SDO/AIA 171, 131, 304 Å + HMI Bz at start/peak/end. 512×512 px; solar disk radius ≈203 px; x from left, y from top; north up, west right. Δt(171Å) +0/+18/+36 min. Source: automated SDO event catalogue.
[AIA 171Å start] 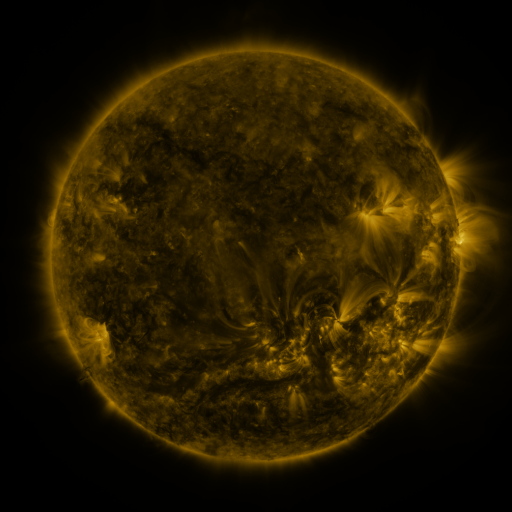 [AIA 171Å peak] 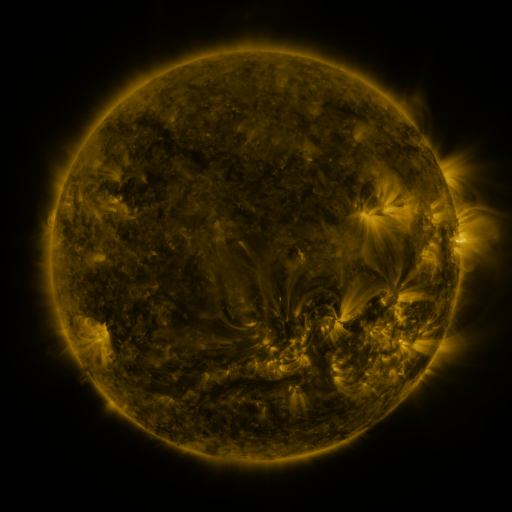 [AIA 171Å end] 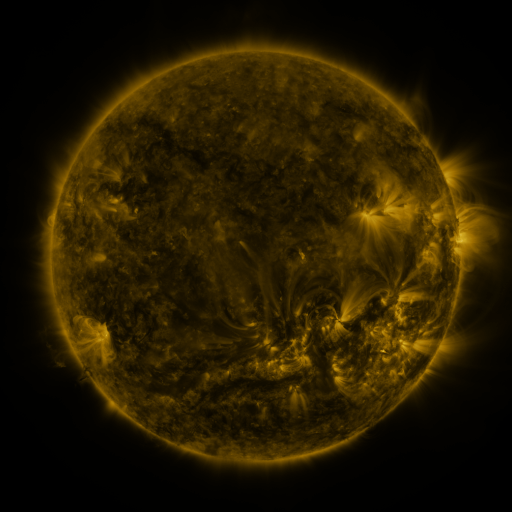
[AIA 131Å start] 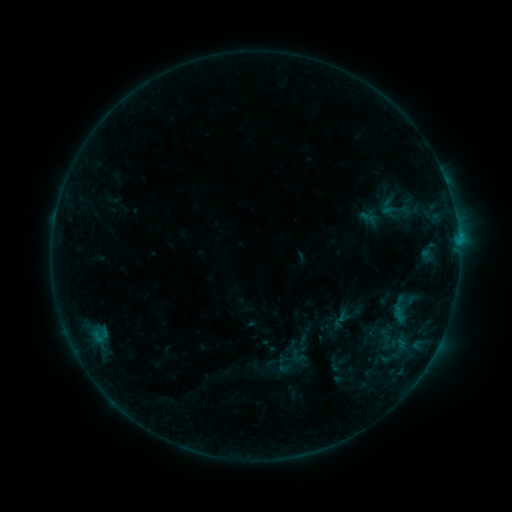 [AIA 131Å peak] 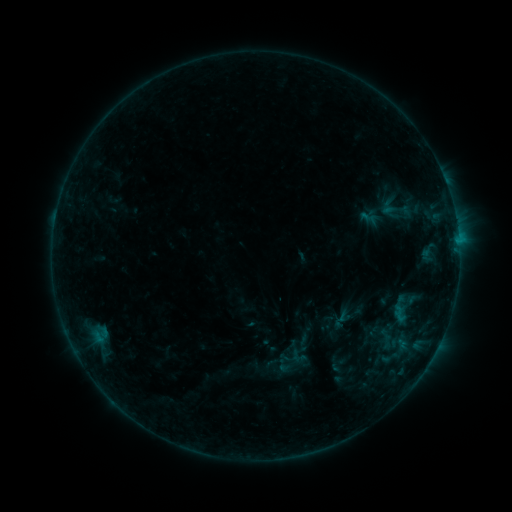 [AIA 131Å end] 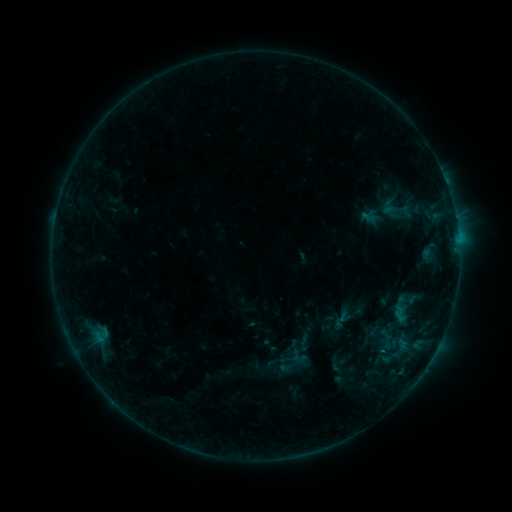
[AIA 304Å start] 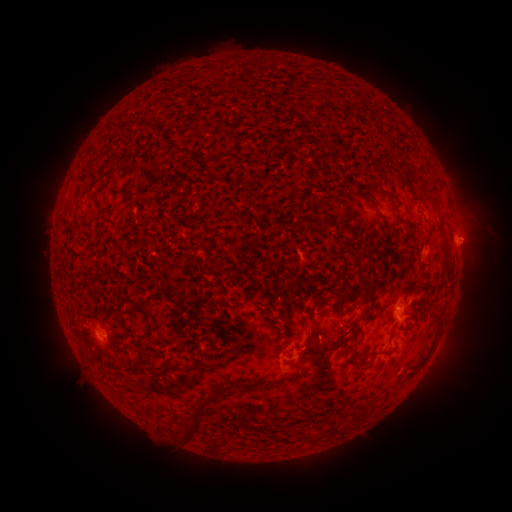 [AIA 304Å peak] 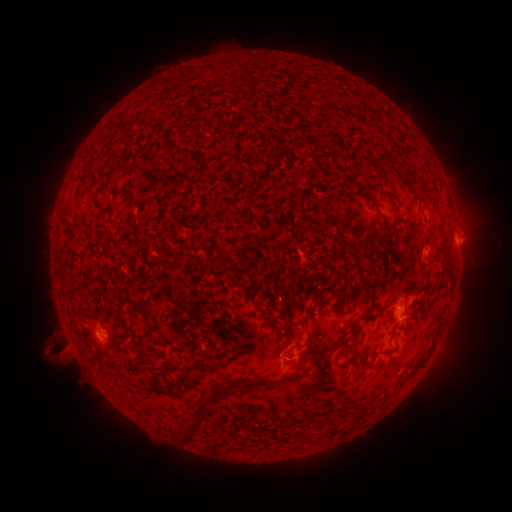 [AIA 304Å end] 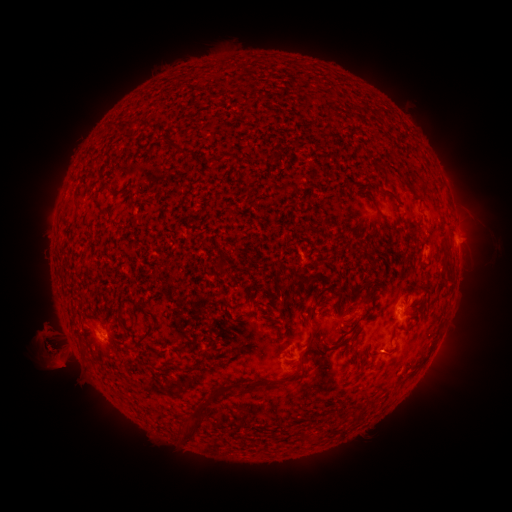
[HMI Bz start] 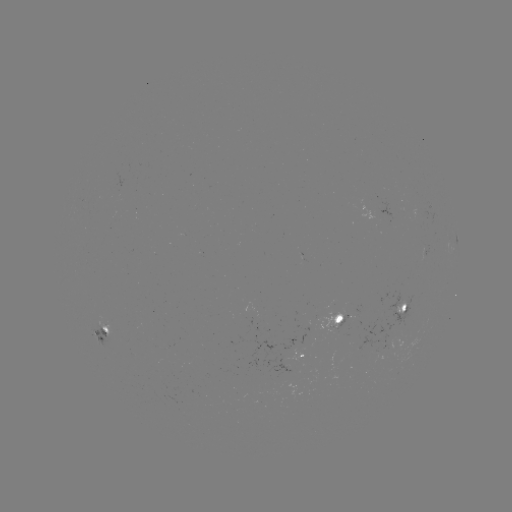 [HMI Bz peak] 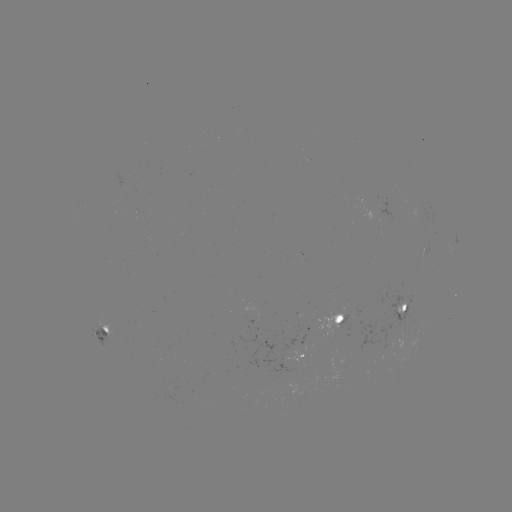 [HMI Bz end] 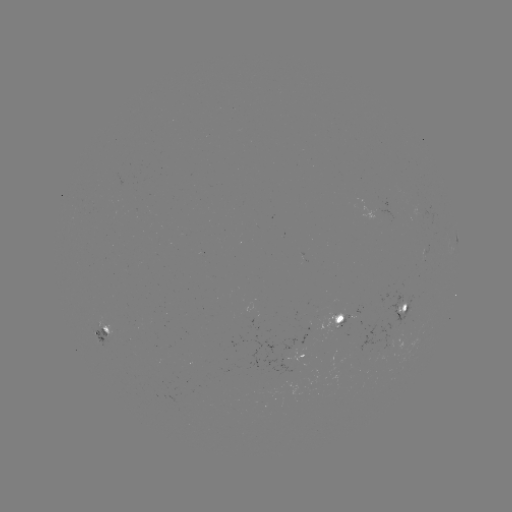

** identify eruption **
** [57, 351] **